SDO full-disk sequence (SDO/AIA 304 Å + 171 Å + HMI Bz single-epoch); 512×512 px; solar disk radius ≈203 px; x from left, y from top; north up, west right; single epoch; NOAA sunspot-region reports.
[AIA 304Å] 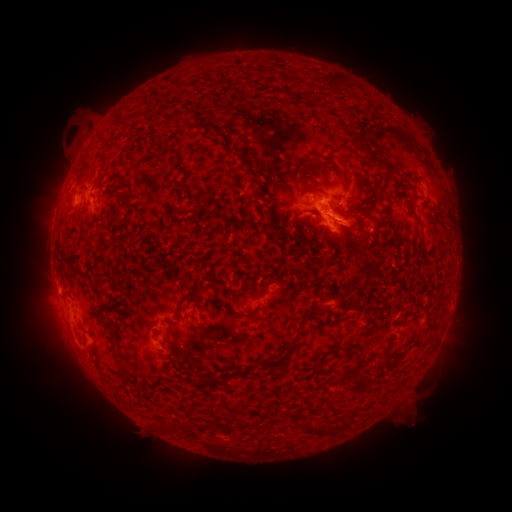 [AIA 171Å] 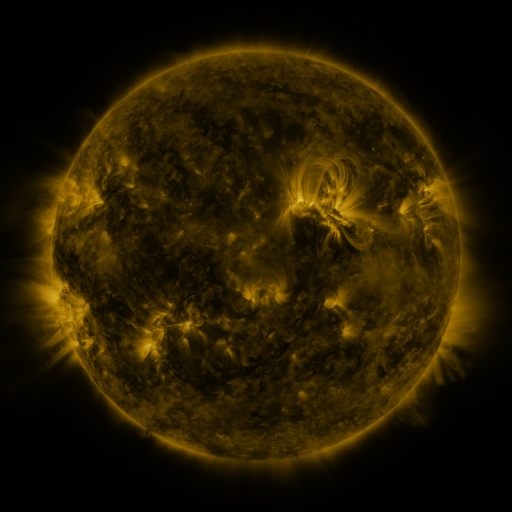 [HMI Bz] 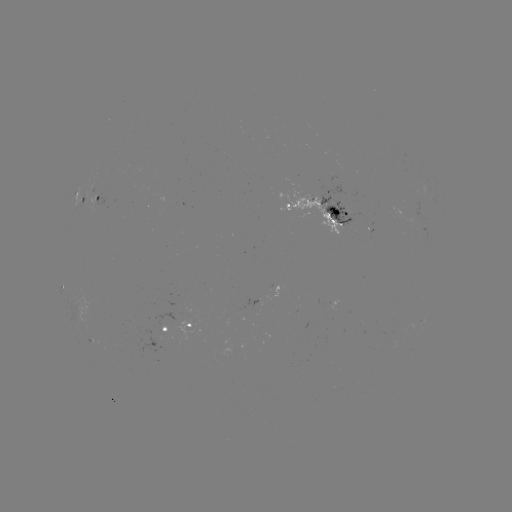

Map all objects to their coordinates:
spotted active region: (91, 198)
spotted active region: (317, 207)
spotted active region: (193, 320)
spotted active region: (162, 330)
